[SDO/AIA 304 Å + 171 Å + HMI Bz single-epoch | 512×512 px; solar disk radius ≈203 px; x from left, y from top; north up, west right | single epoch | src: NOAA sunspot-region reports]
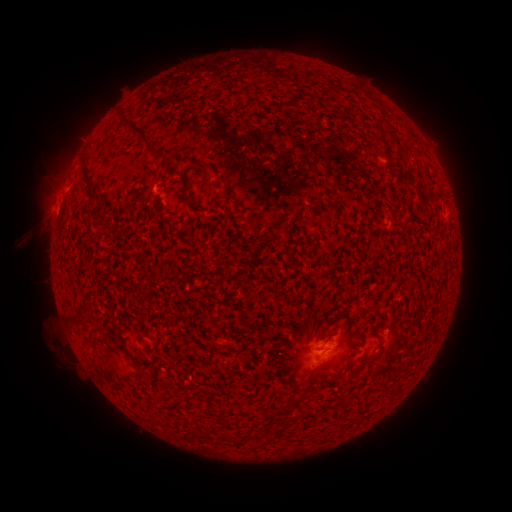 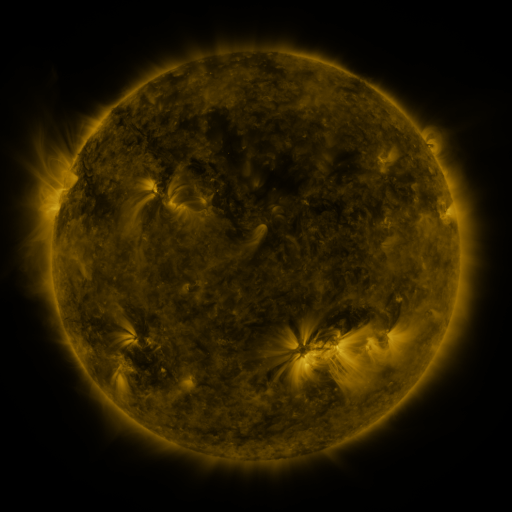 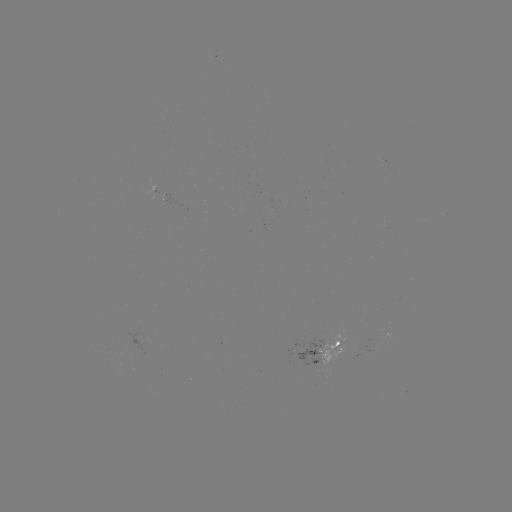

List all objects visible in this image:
spotted active region: (164, 195)
spotted active region: (446, 219)
spotted active region: (322, 354)
